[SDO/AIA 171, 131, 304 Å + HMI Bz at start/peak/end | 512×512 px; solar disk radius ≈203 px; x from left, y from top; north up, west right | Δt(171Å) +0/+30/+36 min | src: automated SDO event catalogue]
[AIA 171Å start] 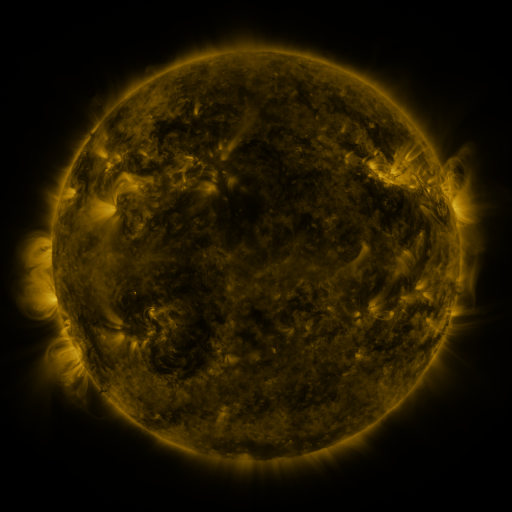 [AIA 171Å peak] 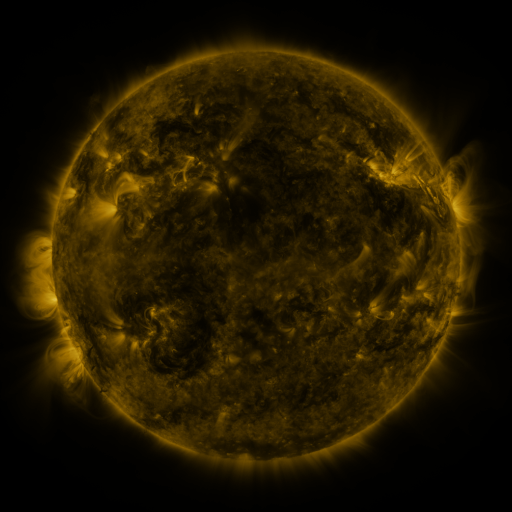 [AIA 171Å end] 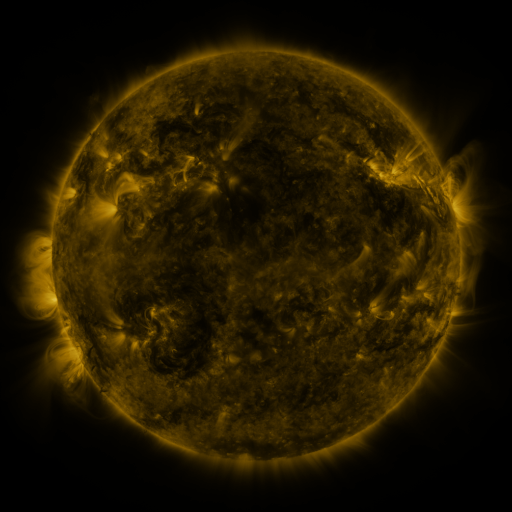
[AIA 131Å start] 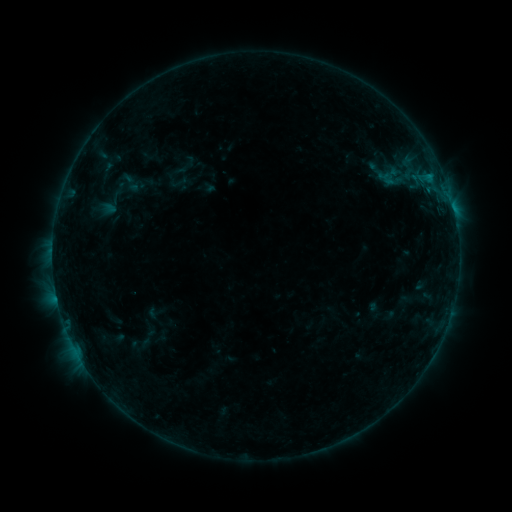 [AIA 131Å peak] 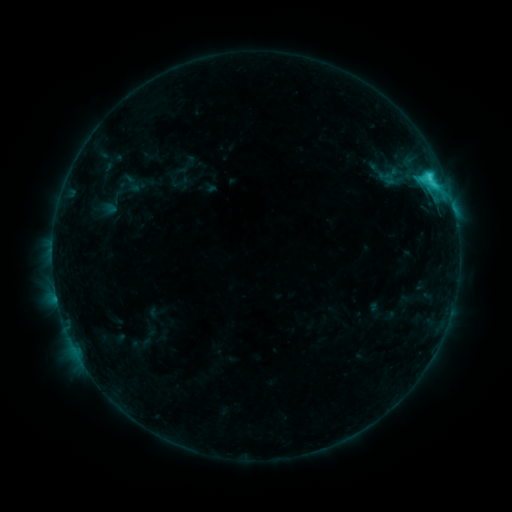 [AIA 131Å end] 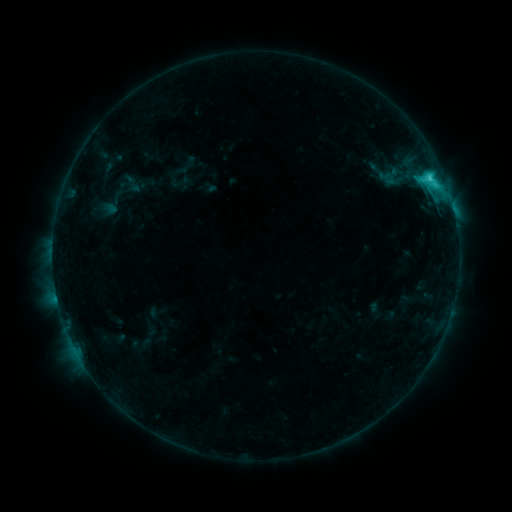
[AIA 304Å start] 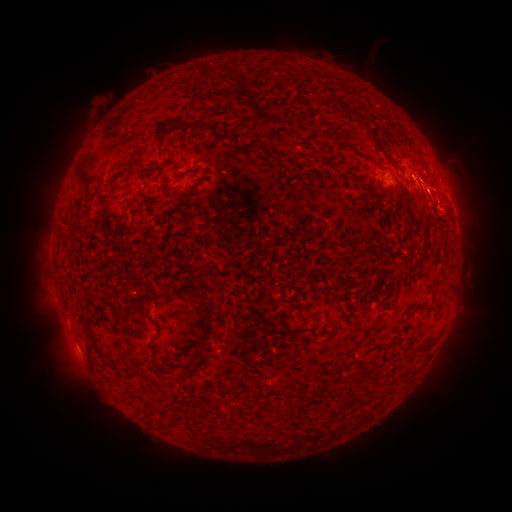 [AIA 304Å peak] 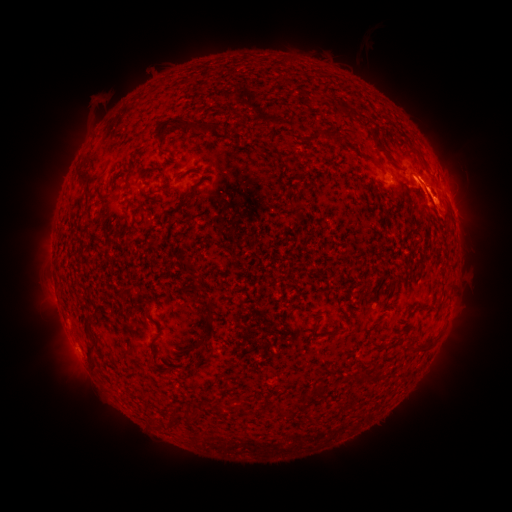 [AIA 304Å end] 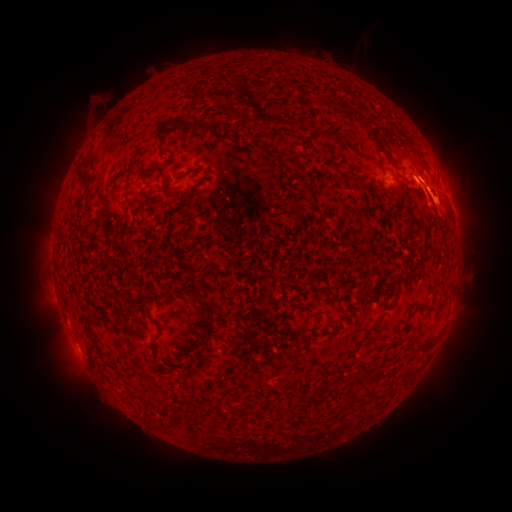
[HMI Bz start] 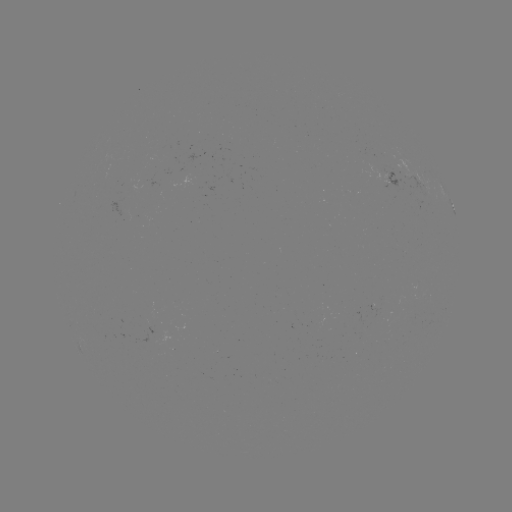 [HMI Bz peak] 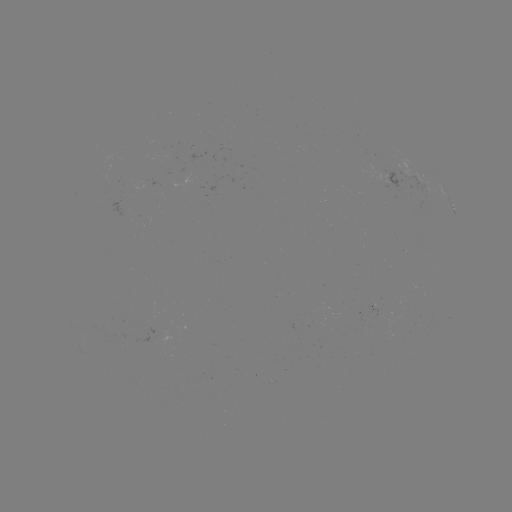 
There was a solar flare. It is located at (429, 178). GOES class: C3.9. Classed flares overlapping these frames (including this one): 1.